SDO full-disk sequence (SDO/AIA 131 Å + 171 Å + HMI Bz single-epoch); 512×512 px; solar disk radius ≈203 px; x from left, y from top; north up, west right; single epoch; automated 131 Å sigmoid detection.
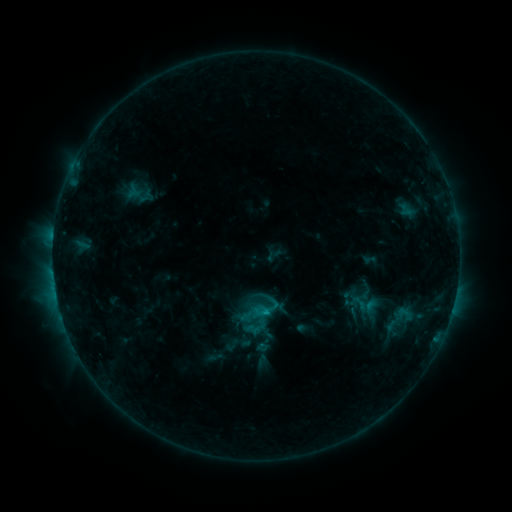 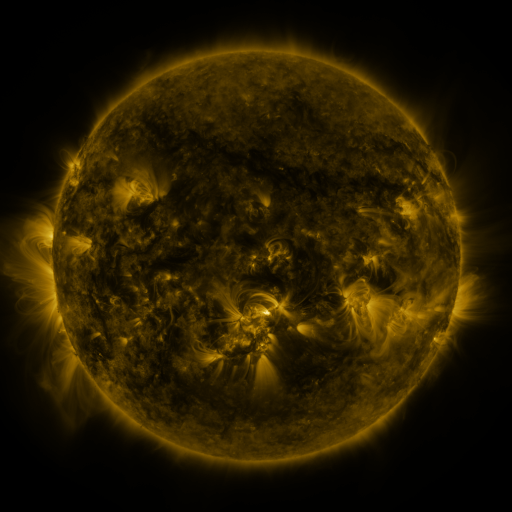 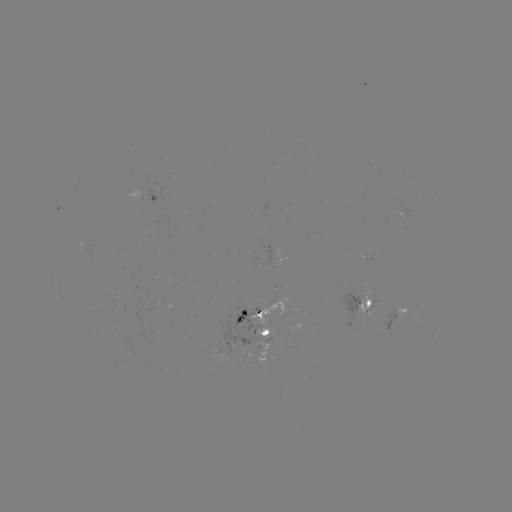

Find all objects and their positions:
sigmoid: (360, 303)
sigmoid: (401, 319)
